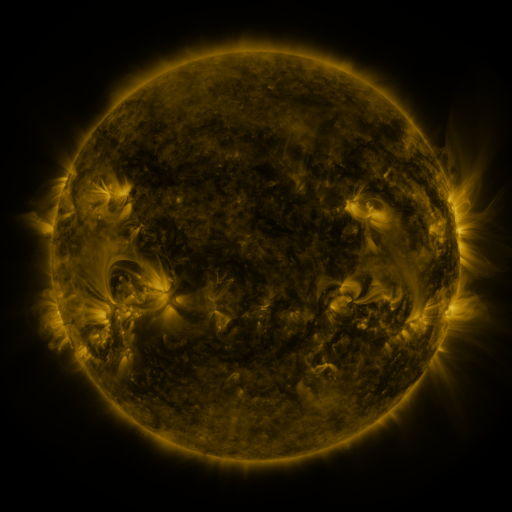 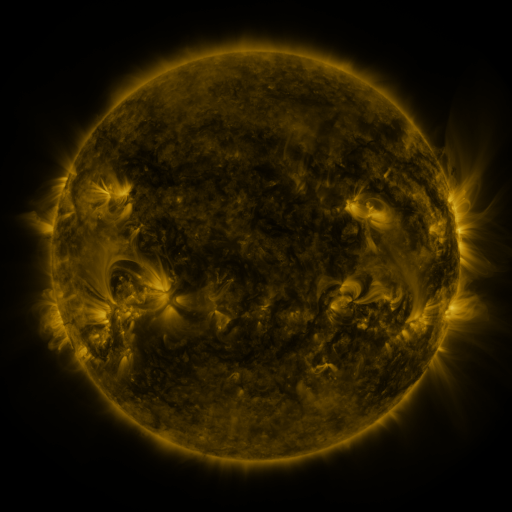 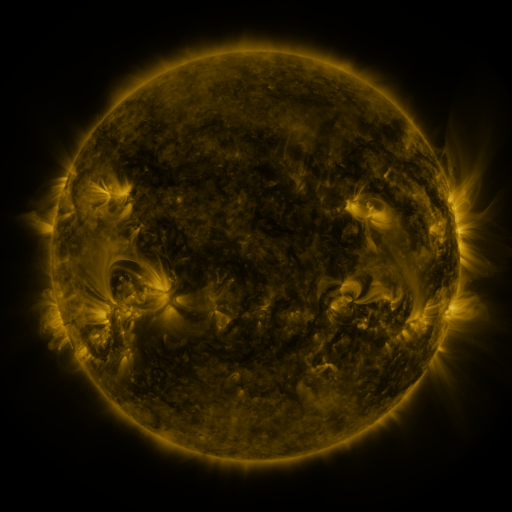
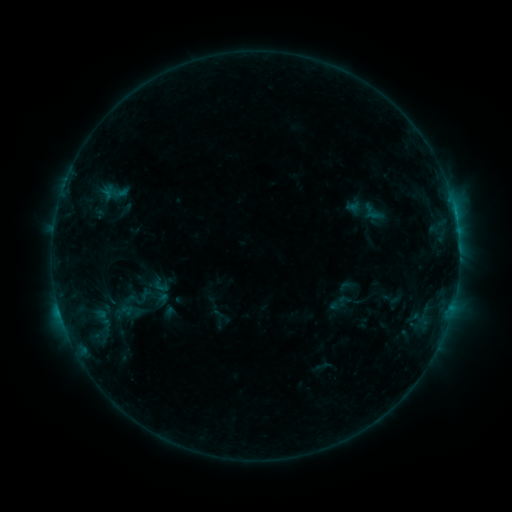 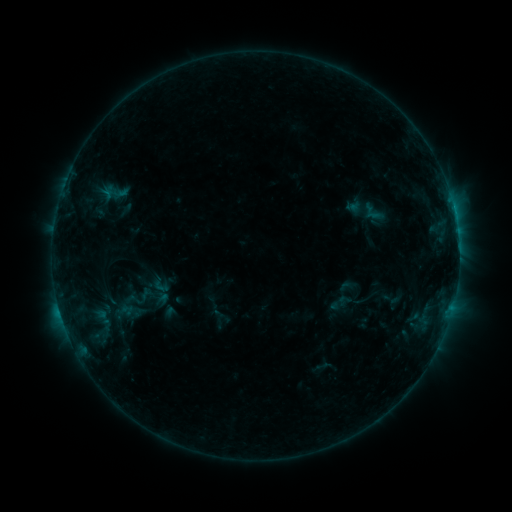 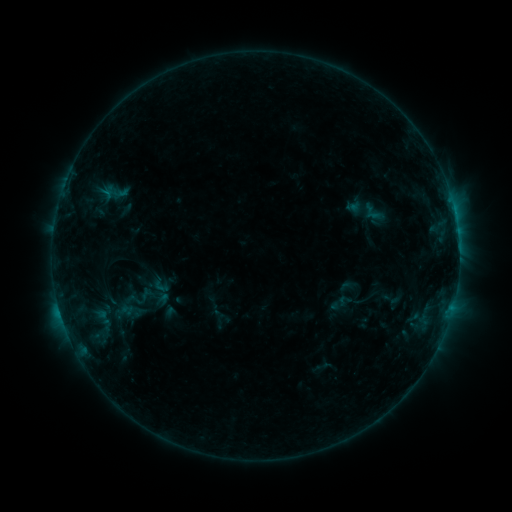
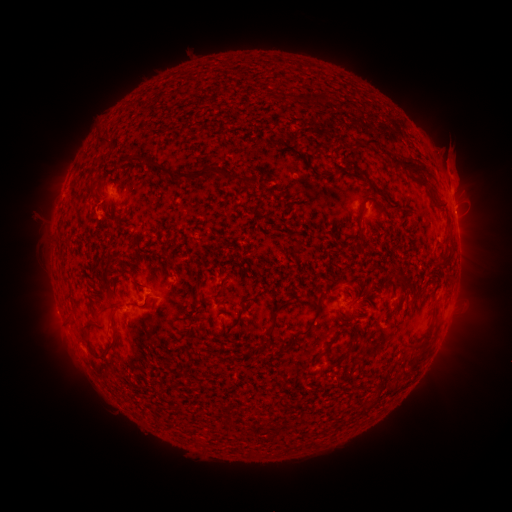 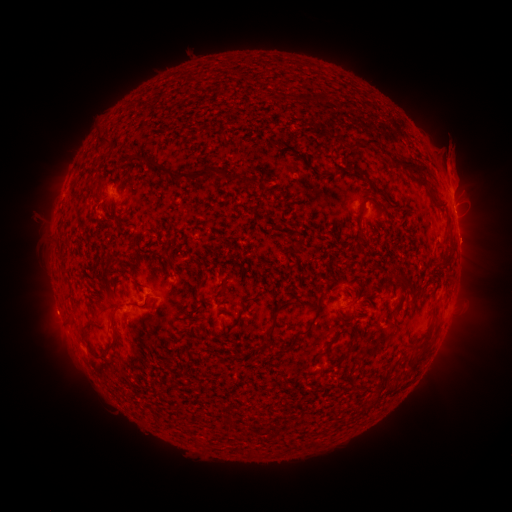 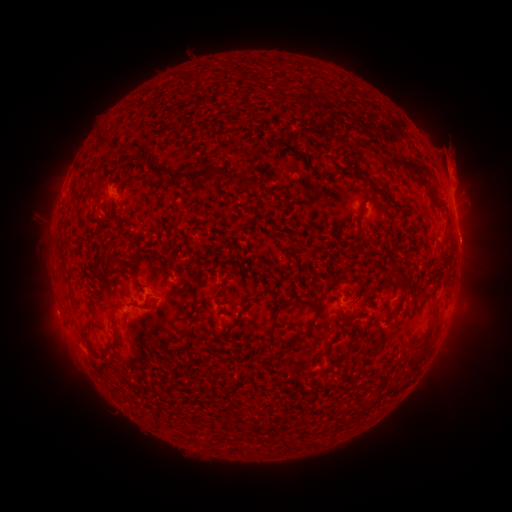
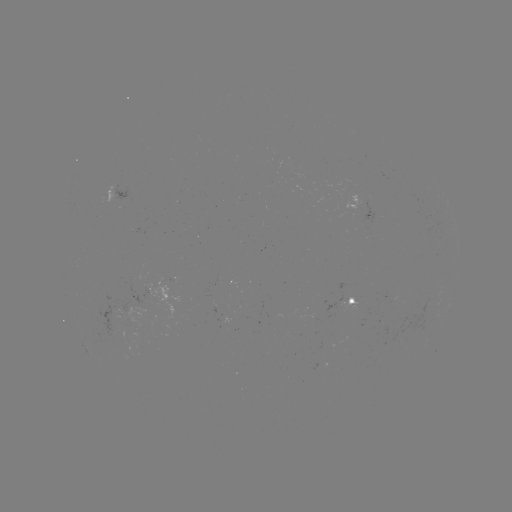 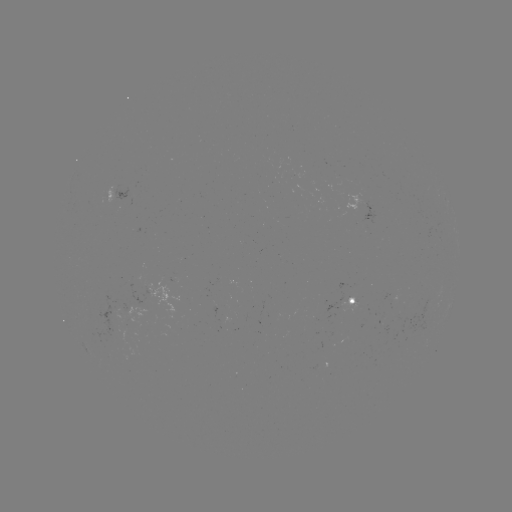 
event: eruption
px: (469, 242)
